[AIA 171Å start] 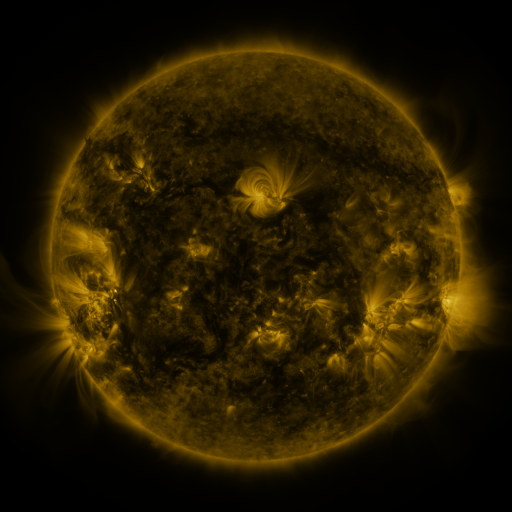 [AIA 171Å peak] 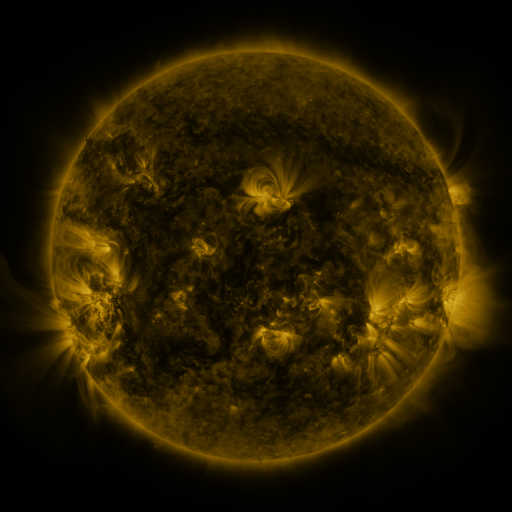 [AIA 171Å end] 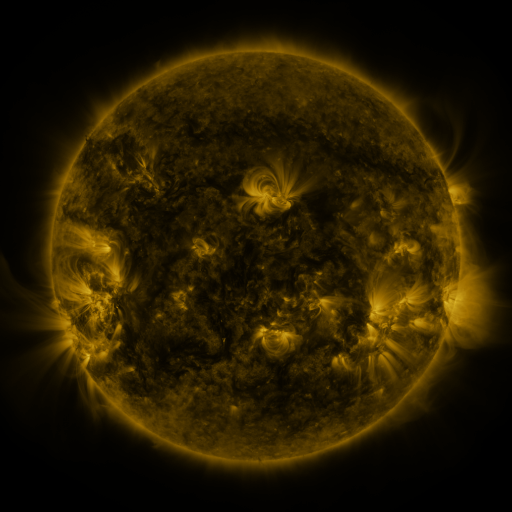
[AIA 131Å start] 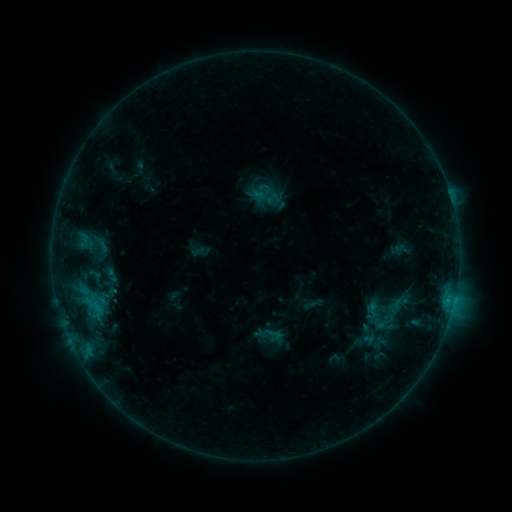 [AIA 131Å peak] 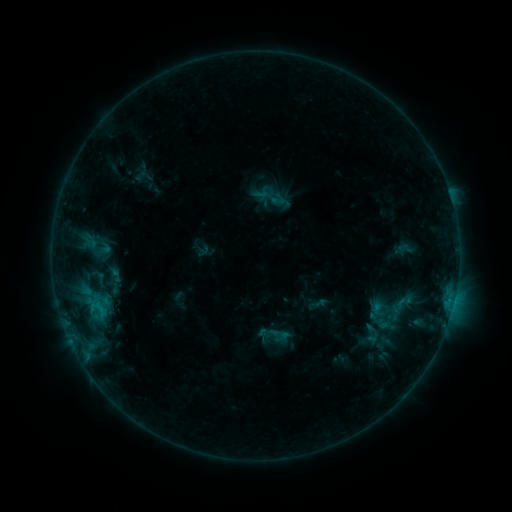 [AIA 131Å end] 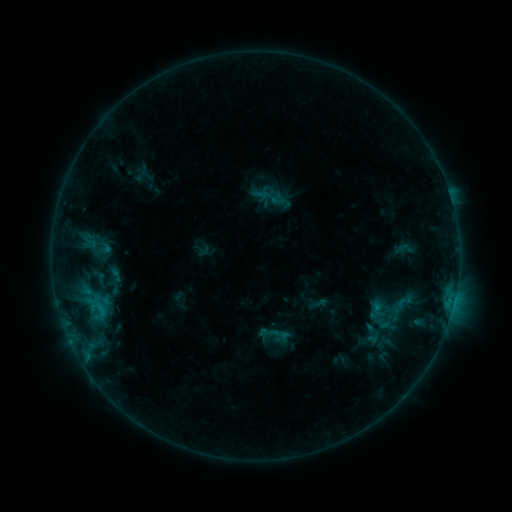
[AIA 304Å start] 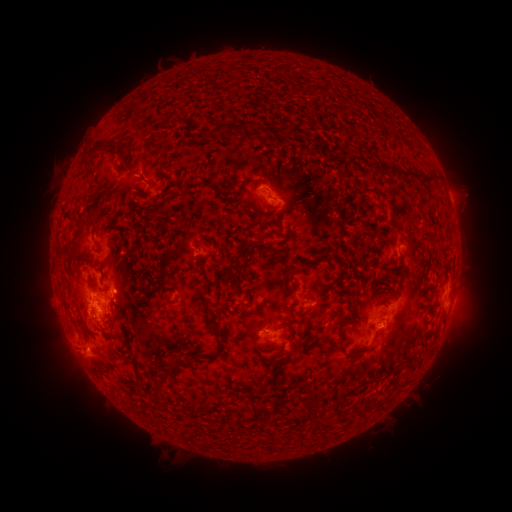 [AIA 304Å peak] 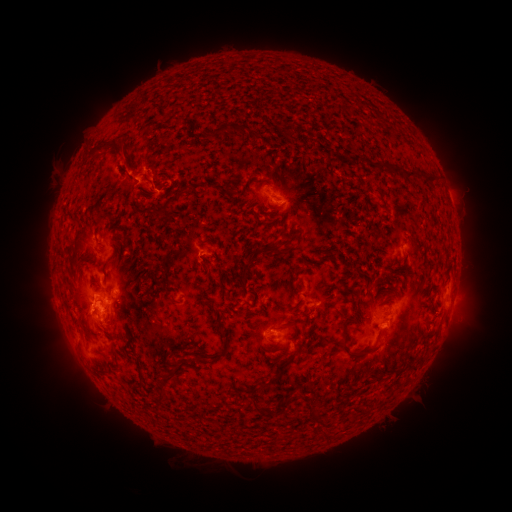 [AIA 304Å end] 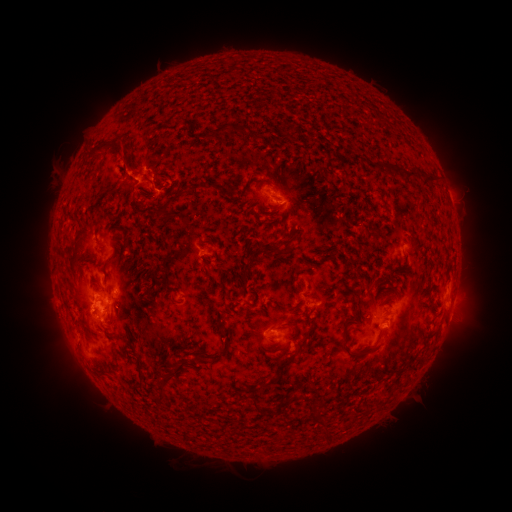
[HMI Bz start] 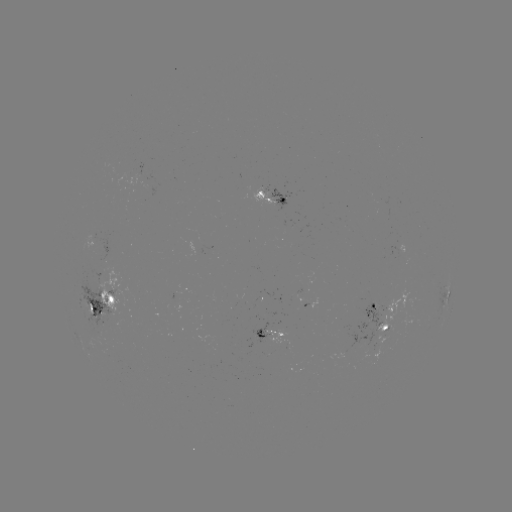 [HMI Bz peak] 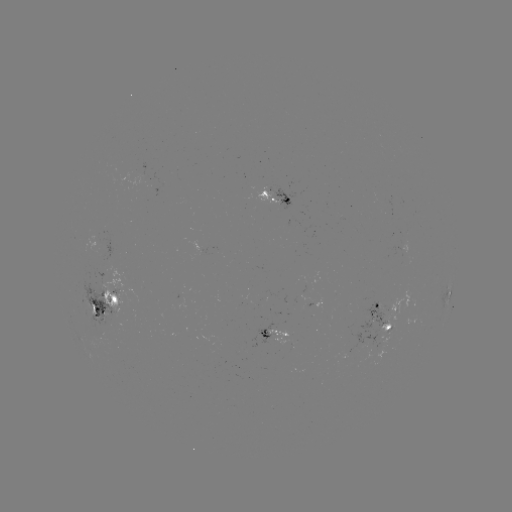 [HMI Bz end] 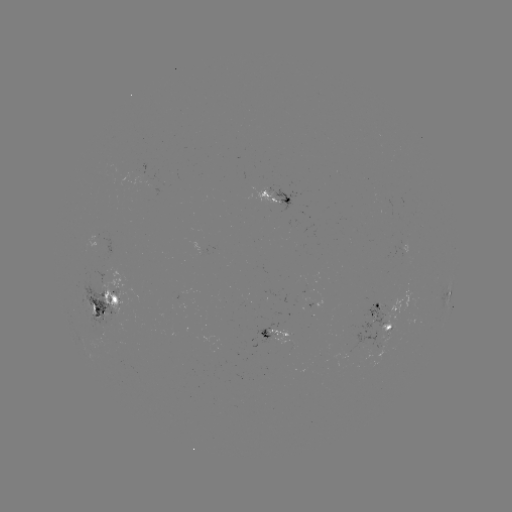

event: emerging-flux region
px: (373, 318)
